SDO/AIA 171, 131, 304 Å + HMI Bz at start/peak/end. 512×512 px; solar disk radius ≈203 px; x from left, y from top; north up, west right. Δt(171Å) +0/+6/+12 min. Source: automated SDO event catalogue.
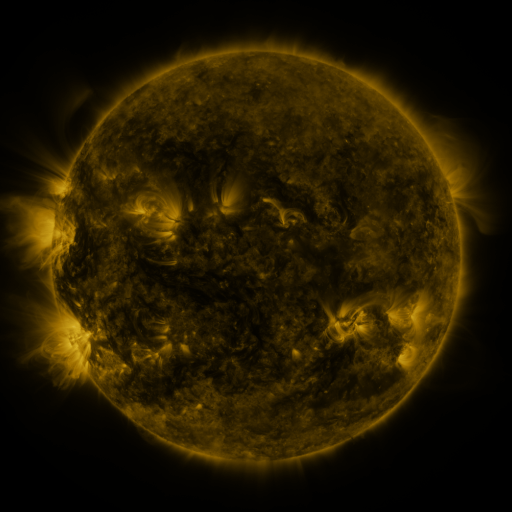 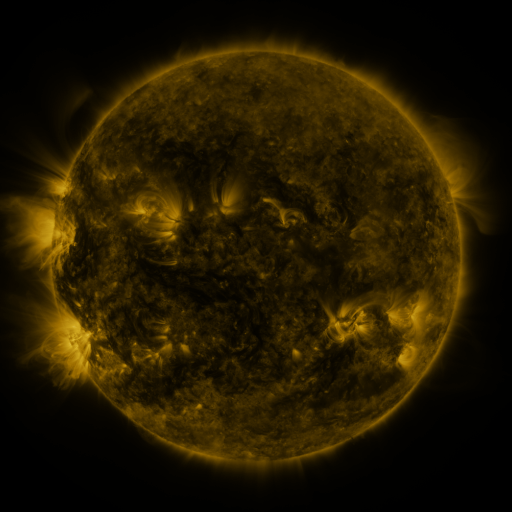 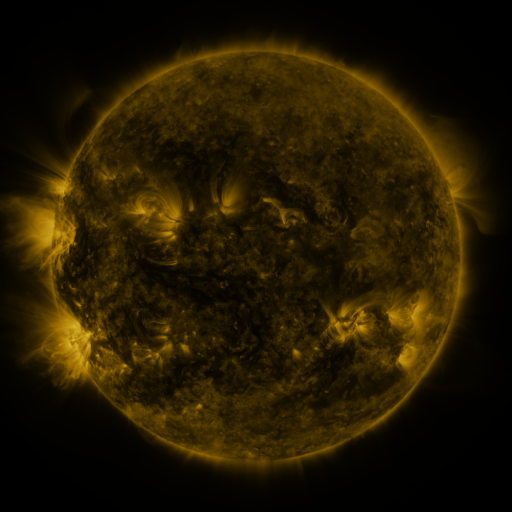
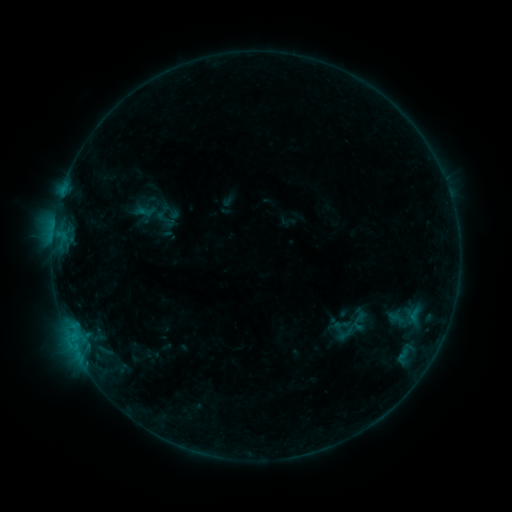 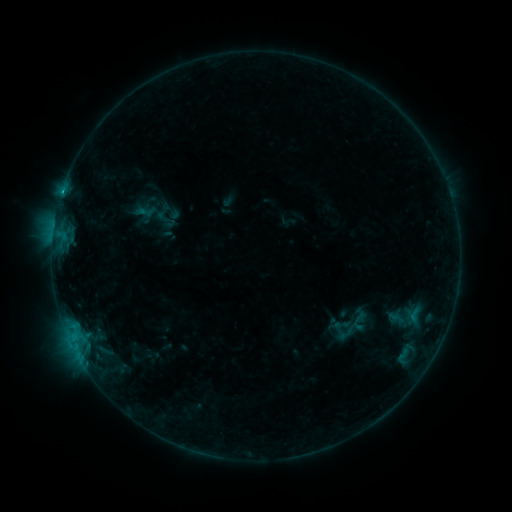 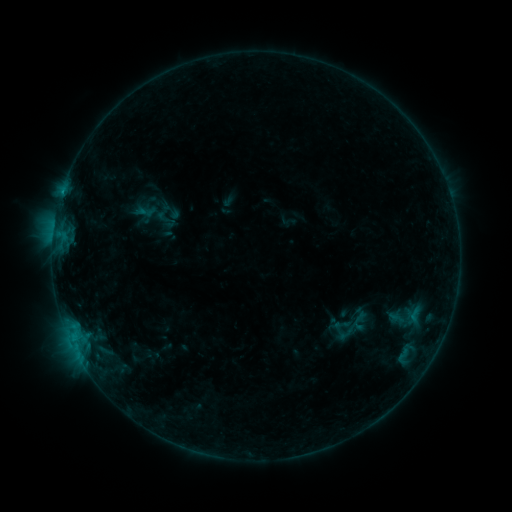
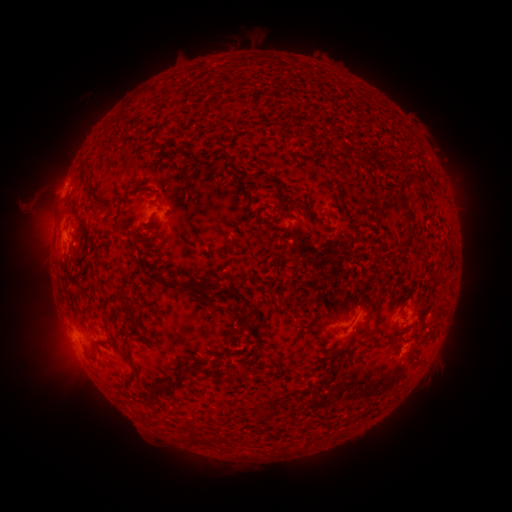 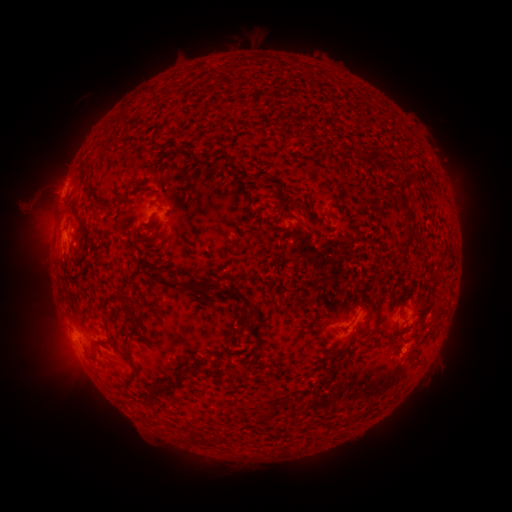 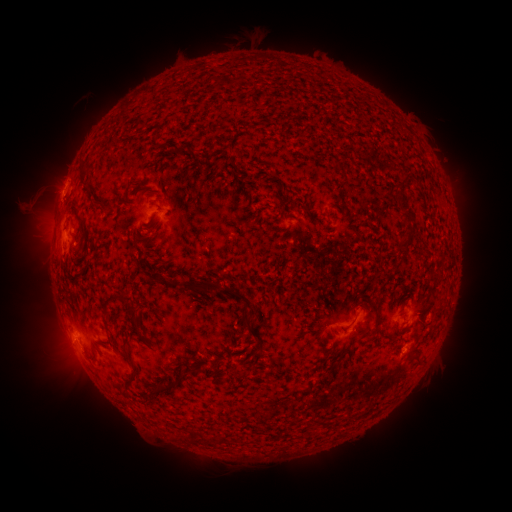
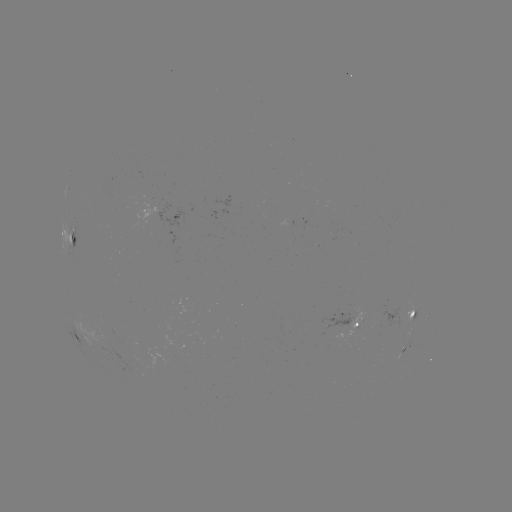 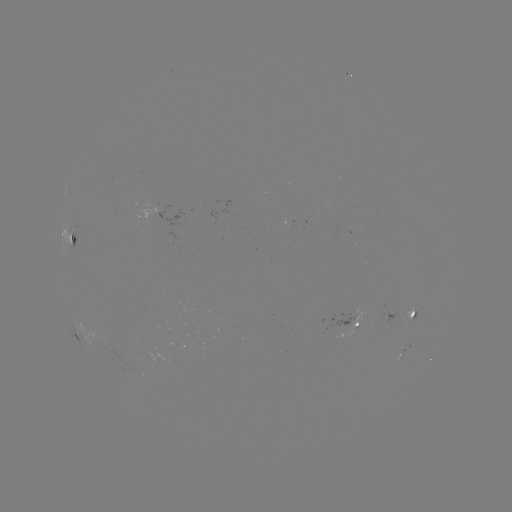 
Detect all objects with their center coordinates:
B4.4 flare: (63, 194)
